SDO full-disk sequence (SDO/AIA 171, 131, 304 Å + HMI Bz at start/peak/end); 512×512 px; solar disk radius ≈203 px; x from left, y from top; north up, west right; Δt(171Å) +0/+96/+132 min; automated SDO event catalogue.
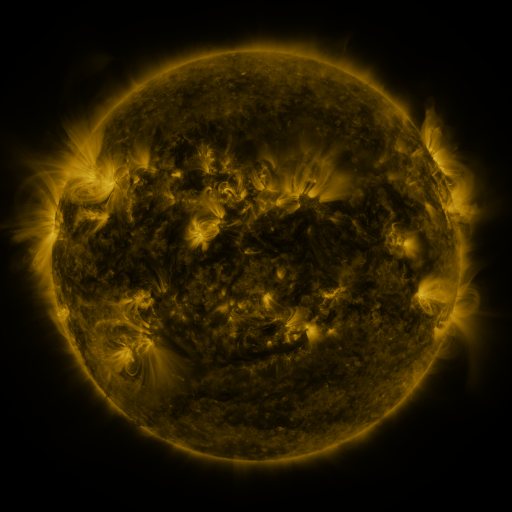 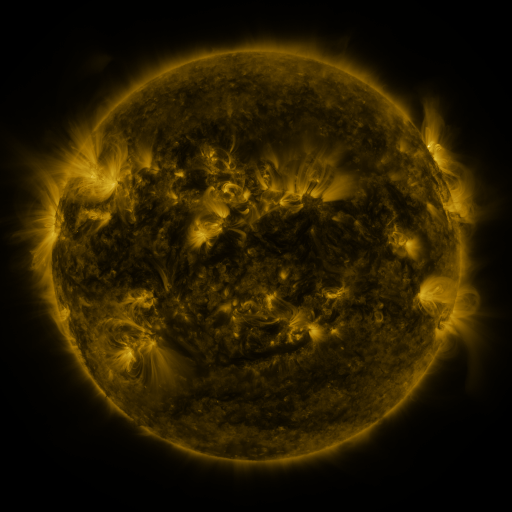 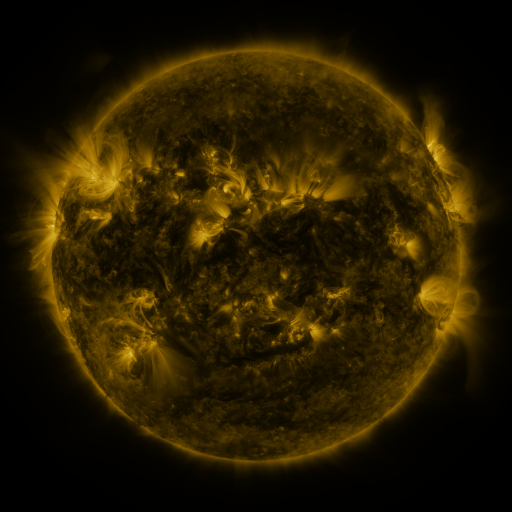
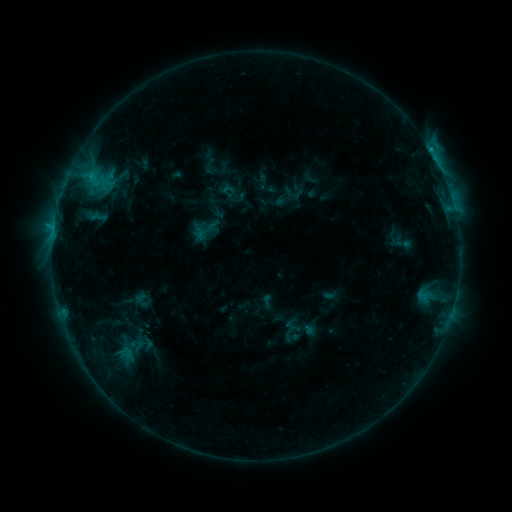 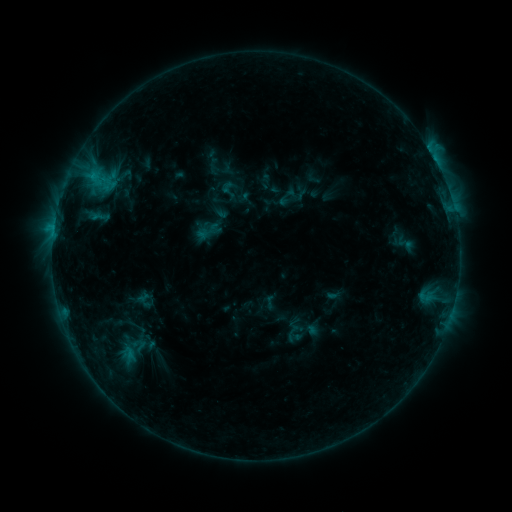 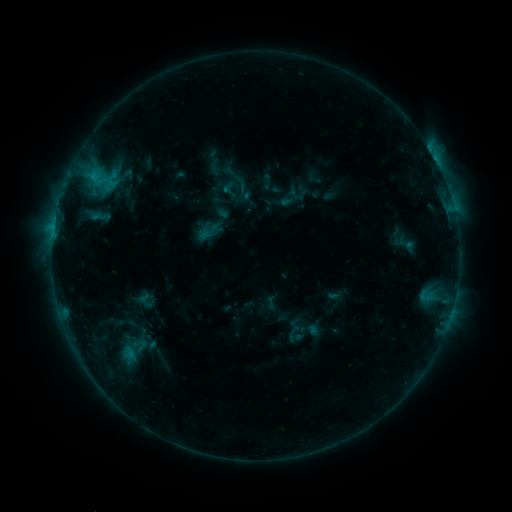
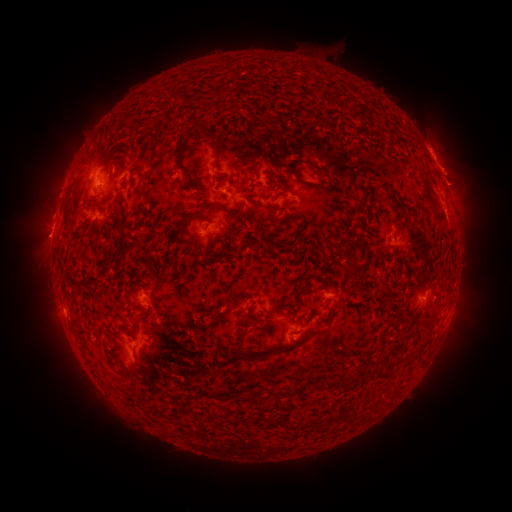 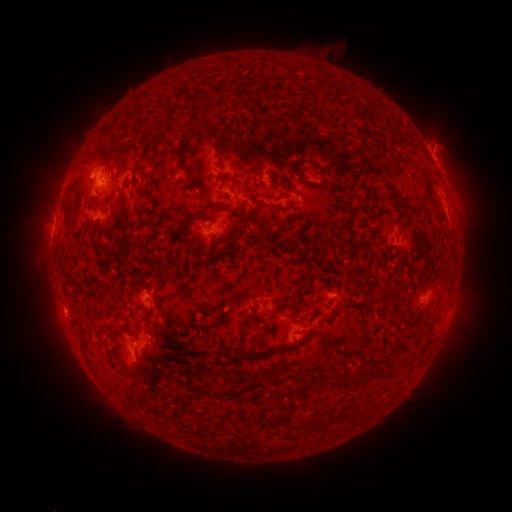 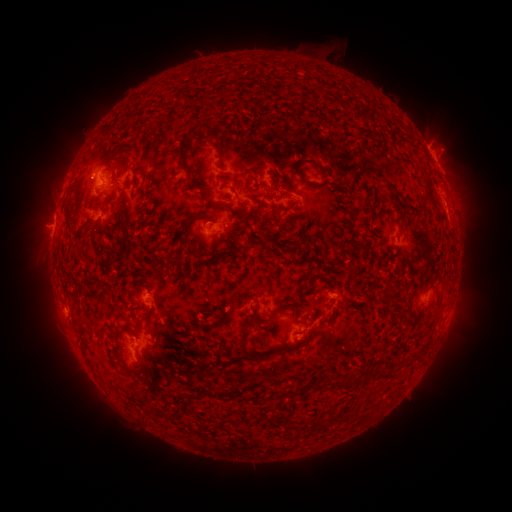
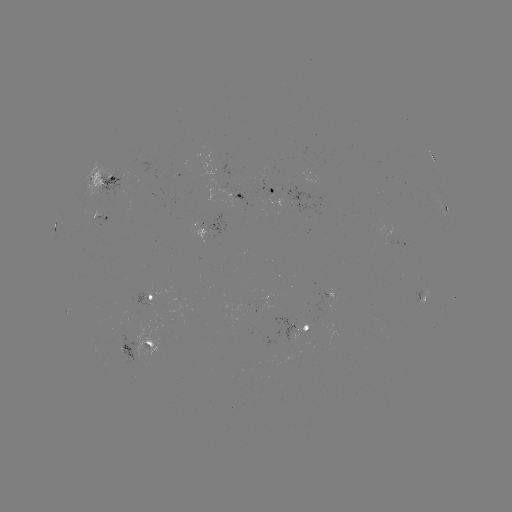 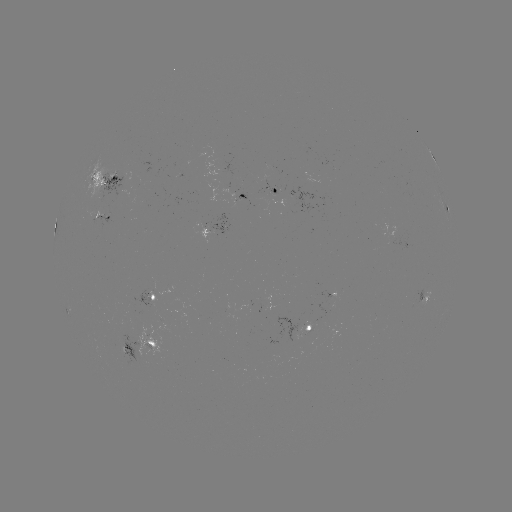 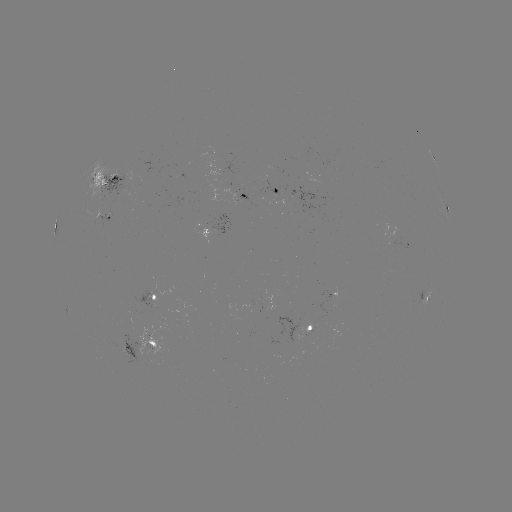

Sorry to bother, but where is emerging-flux region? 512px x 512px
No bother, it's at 273,194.